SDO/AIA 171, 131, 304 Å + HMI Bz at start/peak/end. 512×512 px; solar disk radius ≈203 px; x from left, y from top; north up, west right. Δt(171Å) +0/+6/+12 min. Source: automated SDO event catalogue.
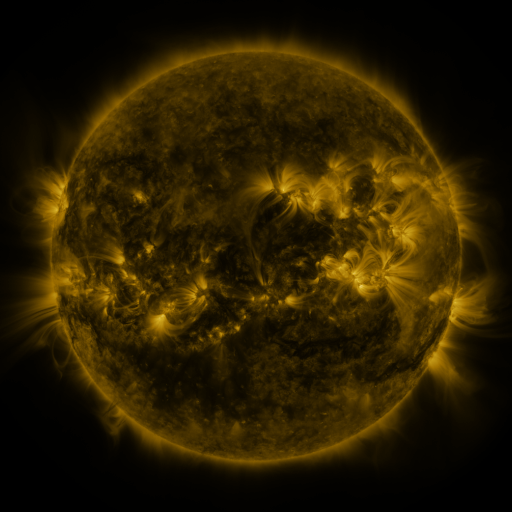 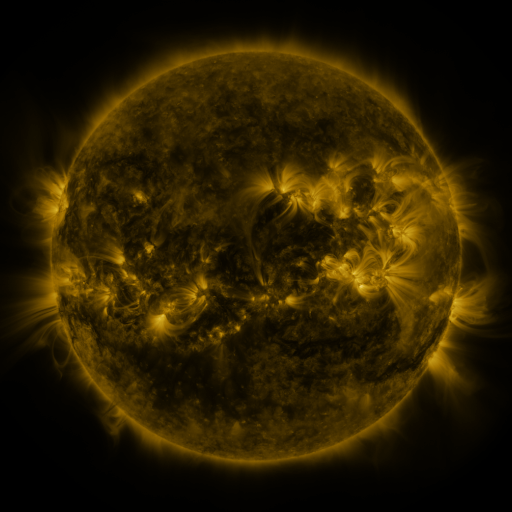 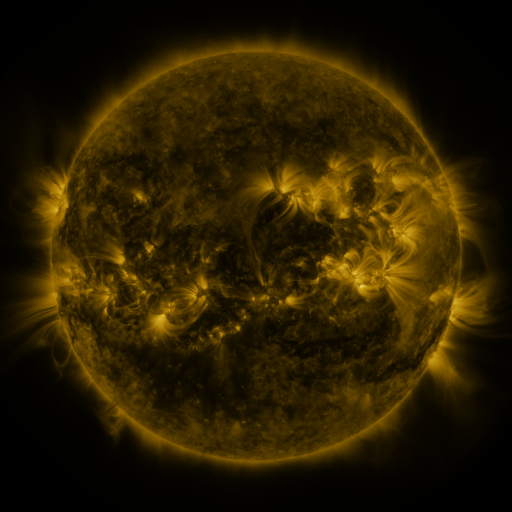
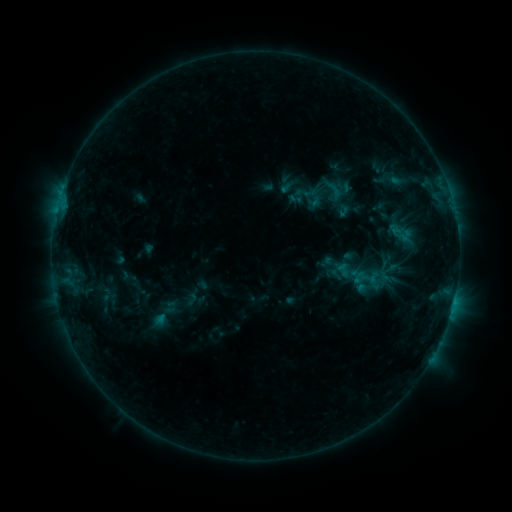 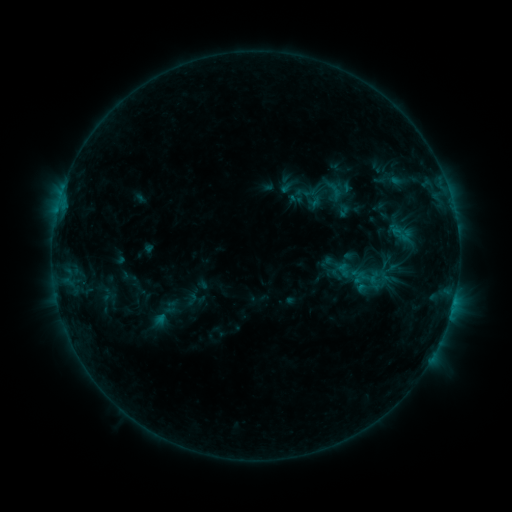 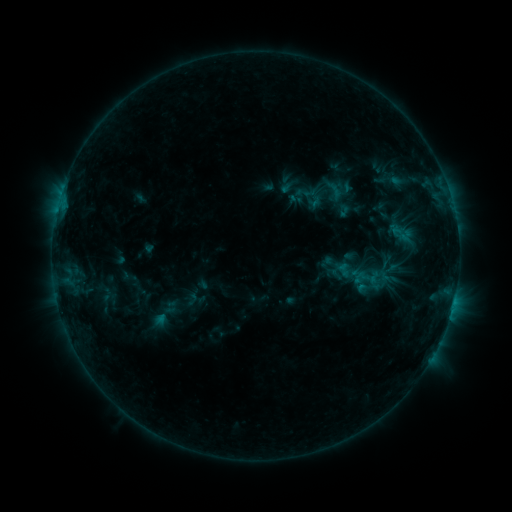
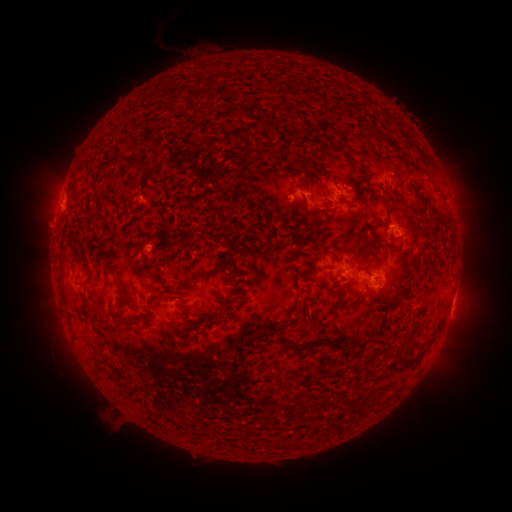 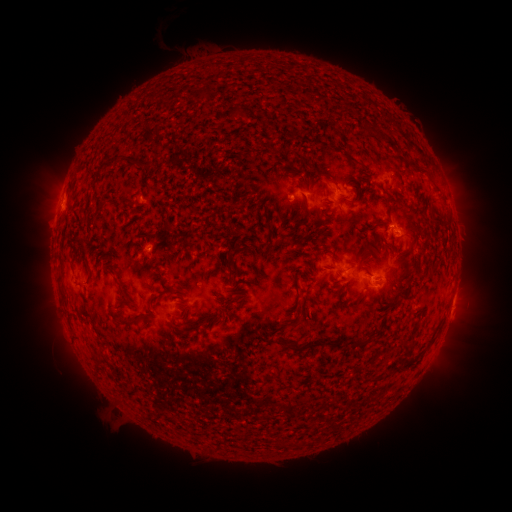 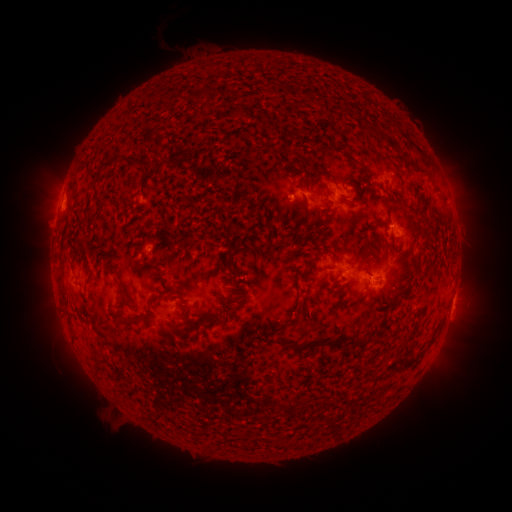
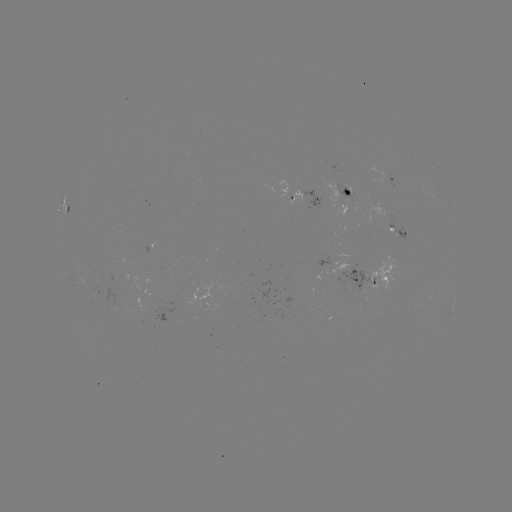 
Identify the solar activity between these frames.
no classed flare was catalogued and no EUV brightening was flagged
